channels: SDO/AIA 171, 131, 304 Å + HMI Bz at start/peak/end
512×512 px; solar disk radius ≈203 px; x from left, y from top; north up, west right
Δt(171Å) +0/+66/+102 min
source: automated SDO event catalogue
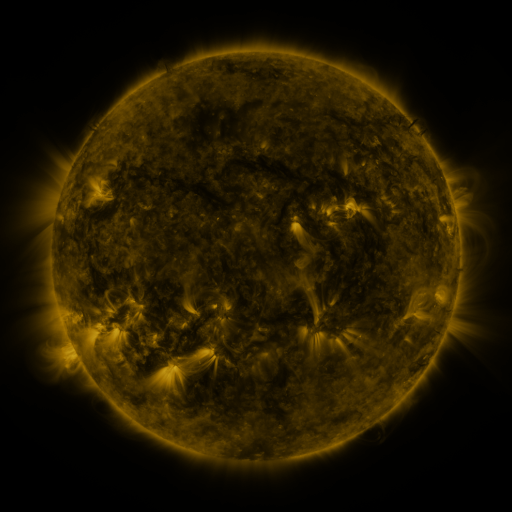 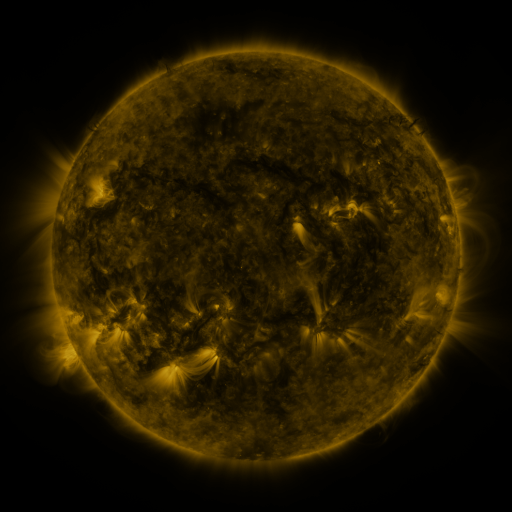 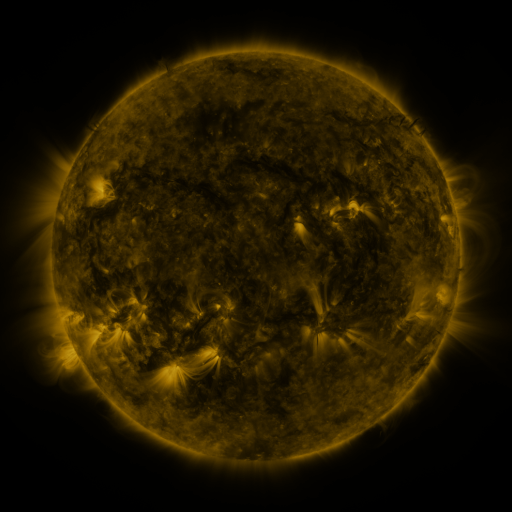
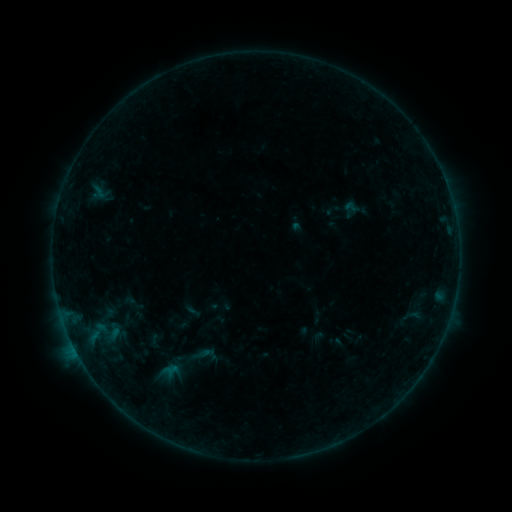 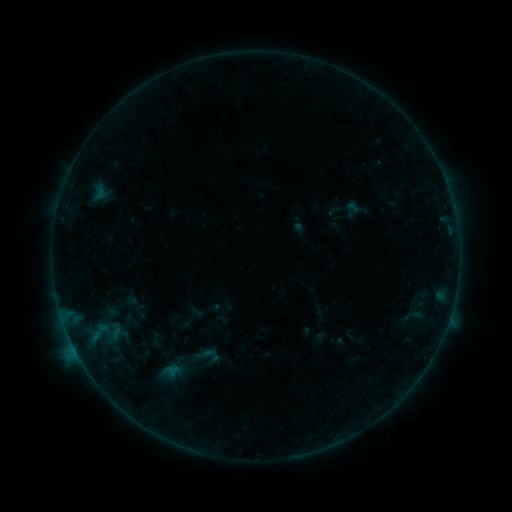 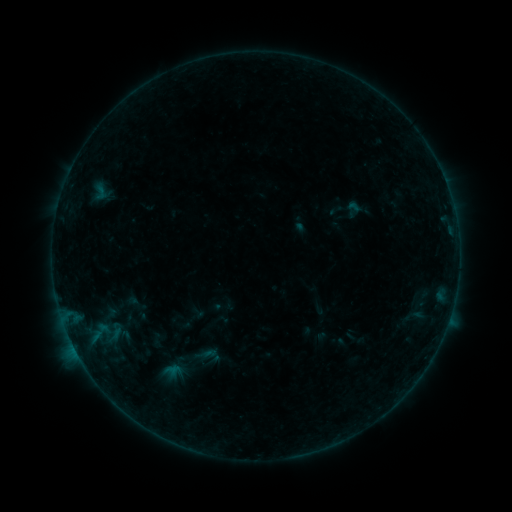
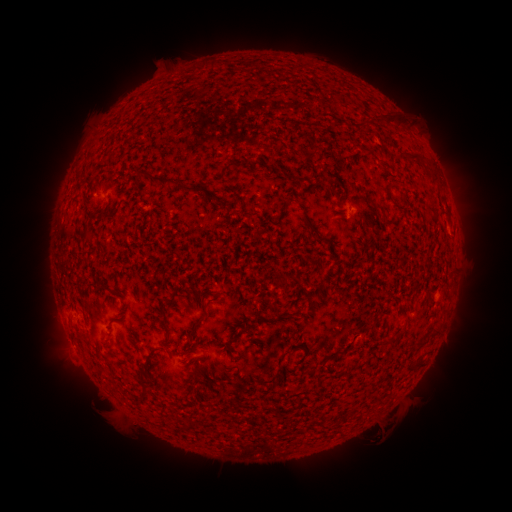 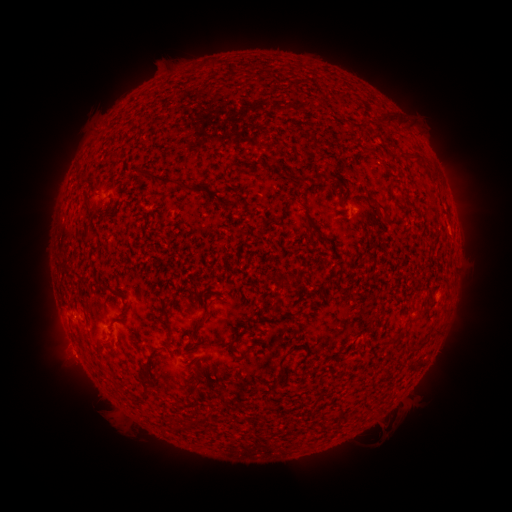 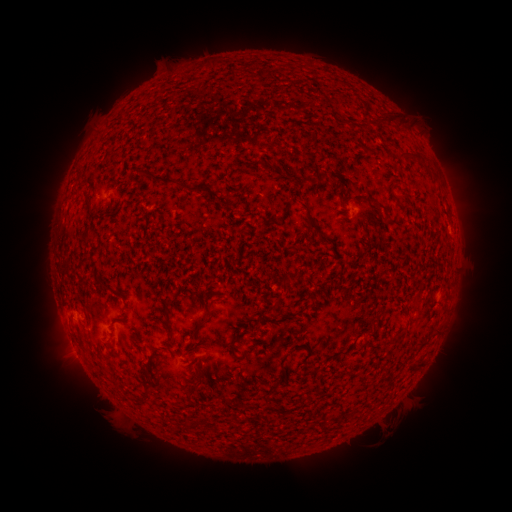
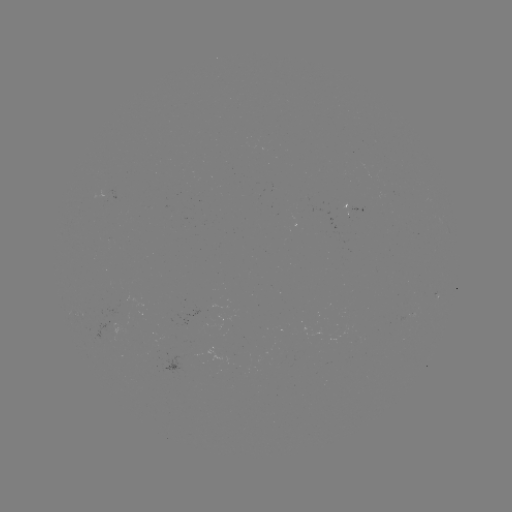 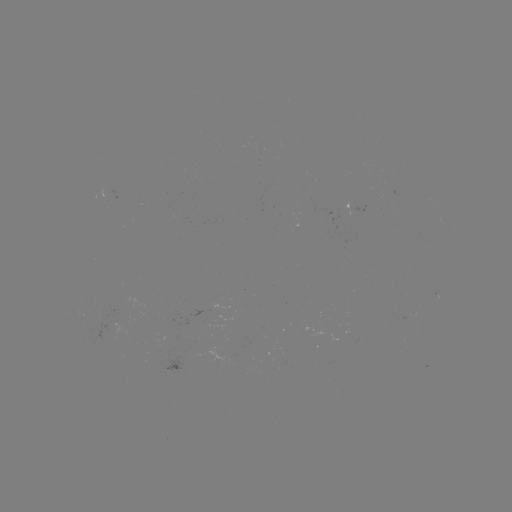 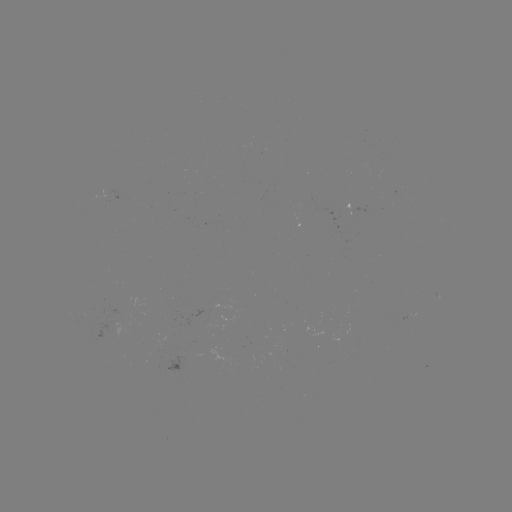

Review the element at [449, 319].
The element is B2.5 flare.